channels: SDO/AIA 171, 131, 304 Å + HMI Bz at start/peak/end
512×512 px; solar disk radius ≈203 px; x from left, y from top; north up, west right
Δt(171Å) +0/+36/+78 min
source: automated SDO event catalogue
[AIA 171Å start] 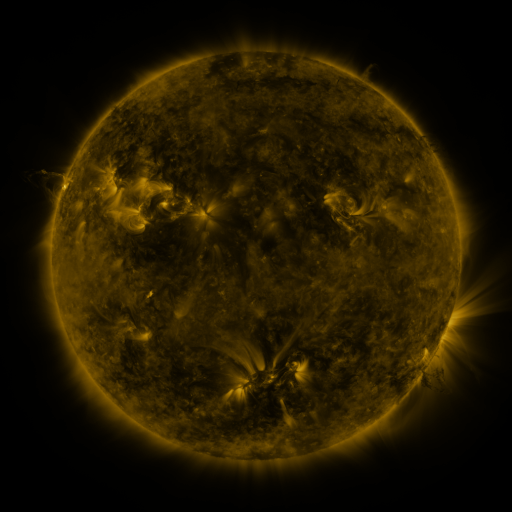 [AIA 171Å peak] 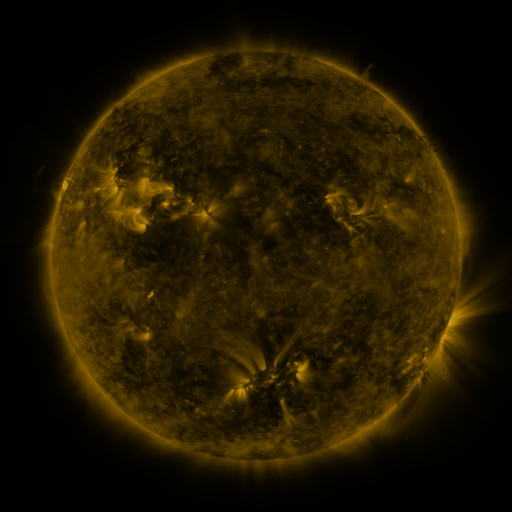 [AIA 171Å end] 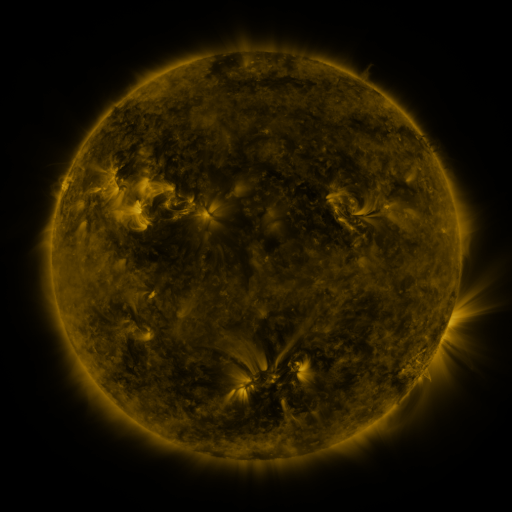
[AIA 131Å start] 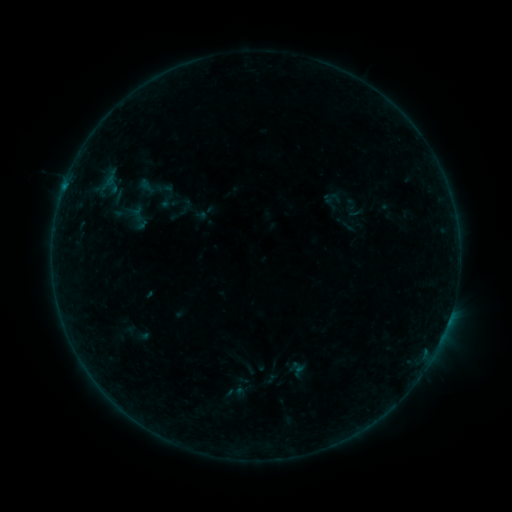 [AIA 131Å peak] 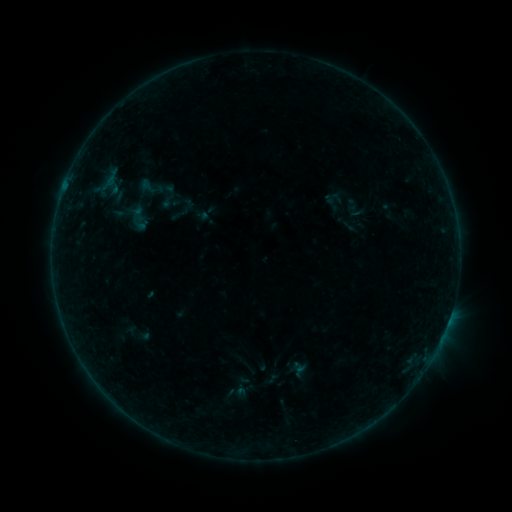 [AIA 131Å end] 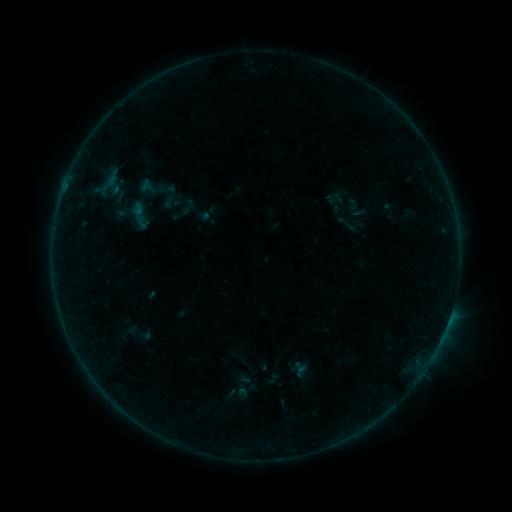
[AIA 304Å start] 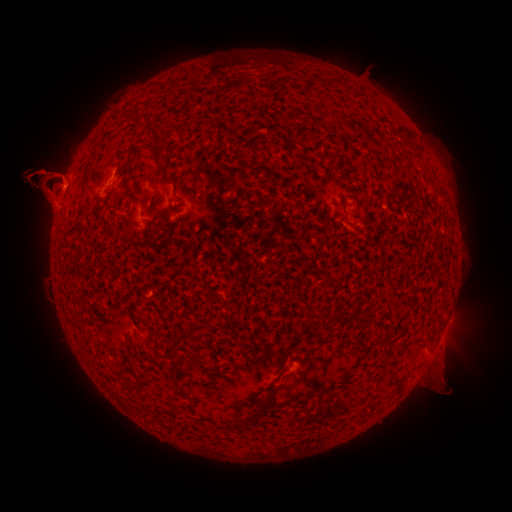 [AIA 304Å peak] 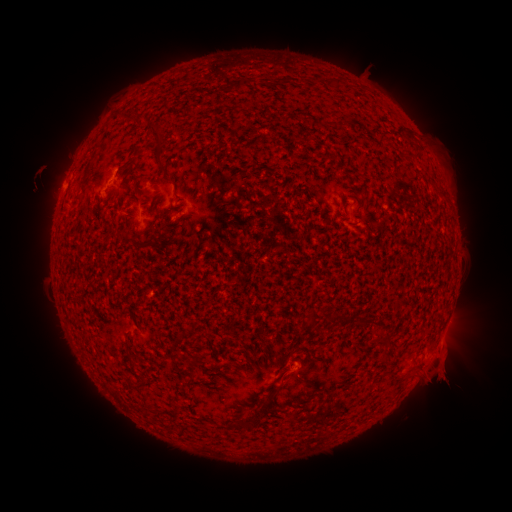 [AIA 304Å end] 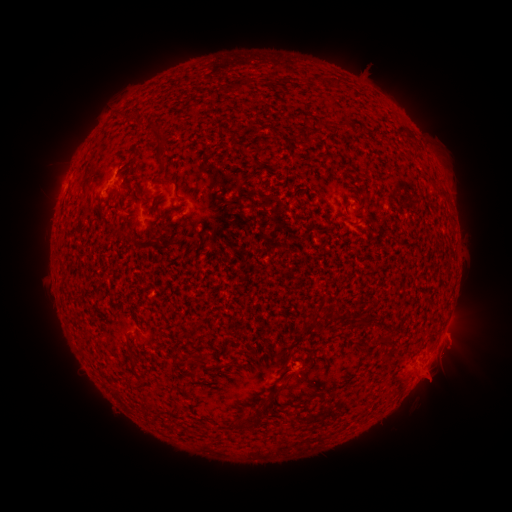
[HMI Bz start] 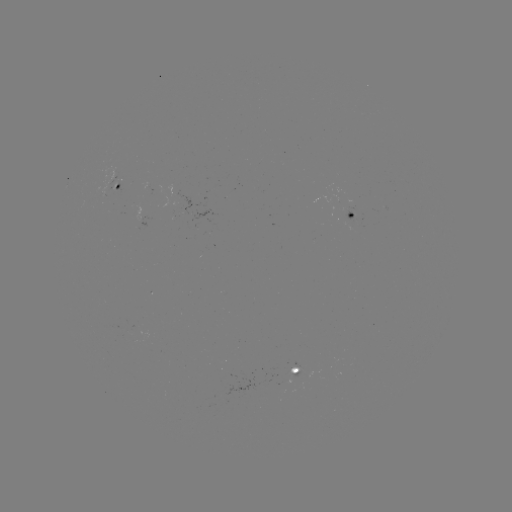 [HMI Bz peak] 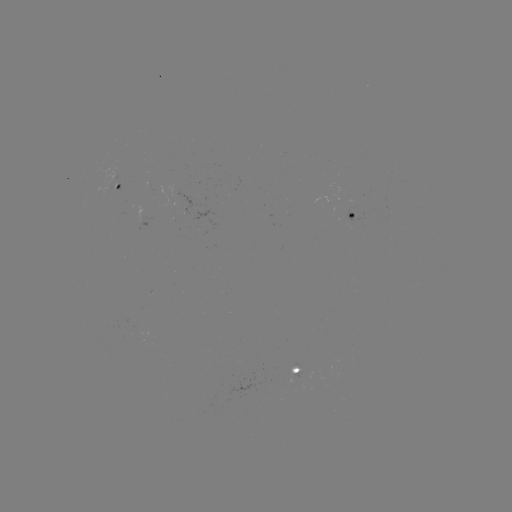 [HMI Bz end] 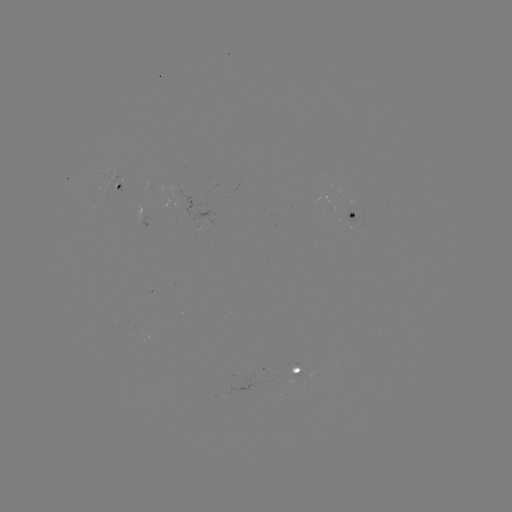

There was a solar eruption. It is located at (448, 366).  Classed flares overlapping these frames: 1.